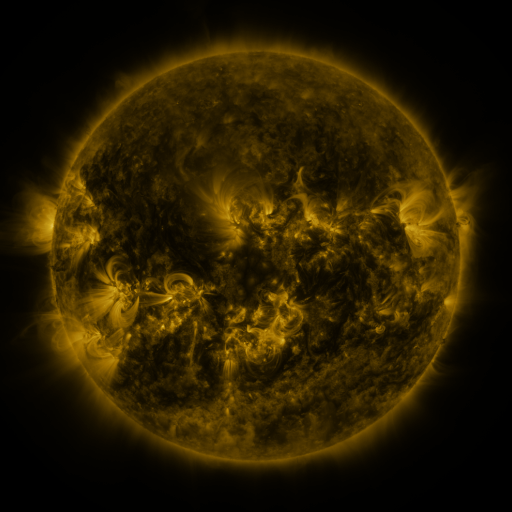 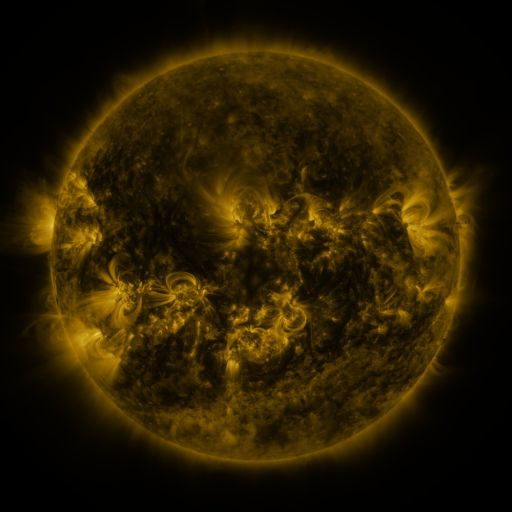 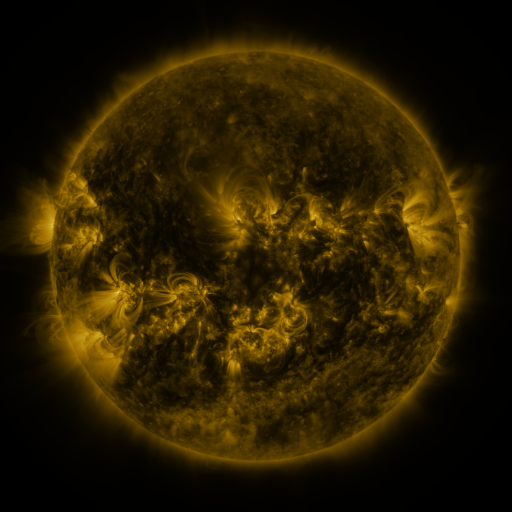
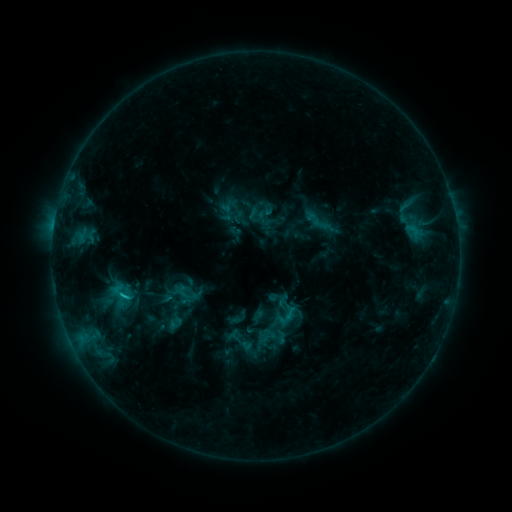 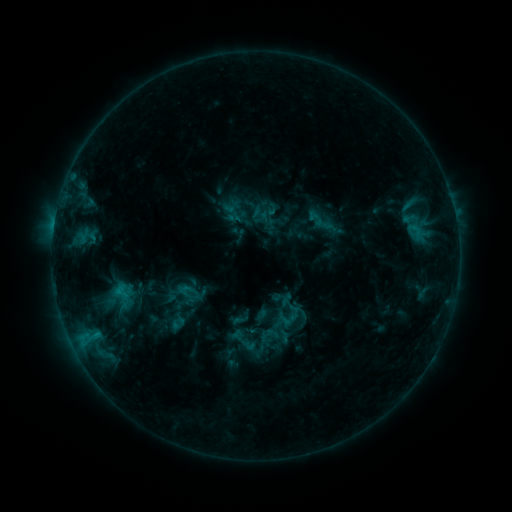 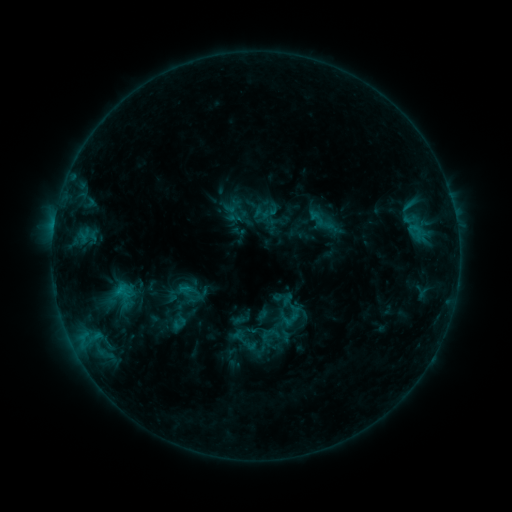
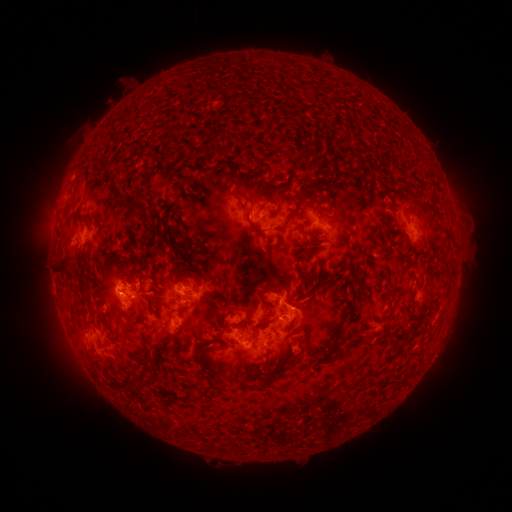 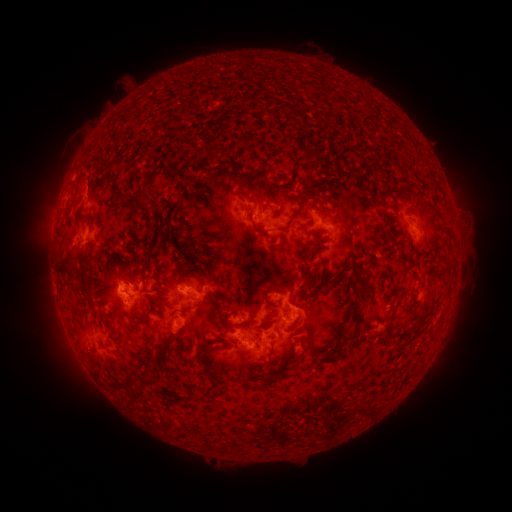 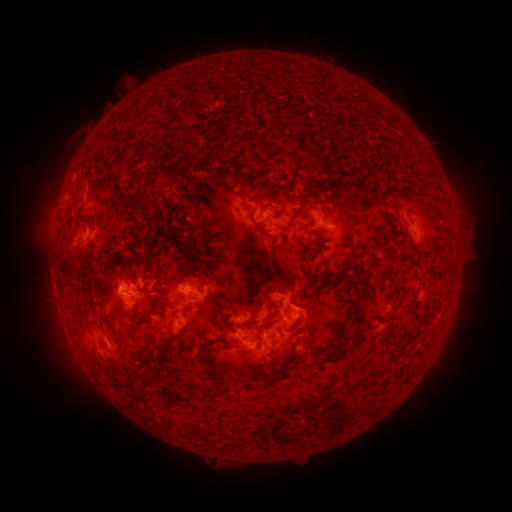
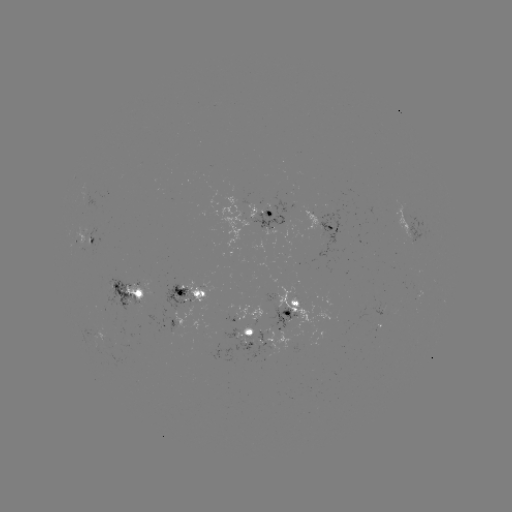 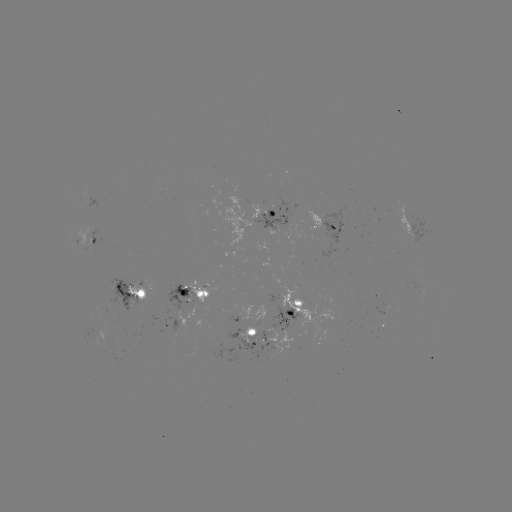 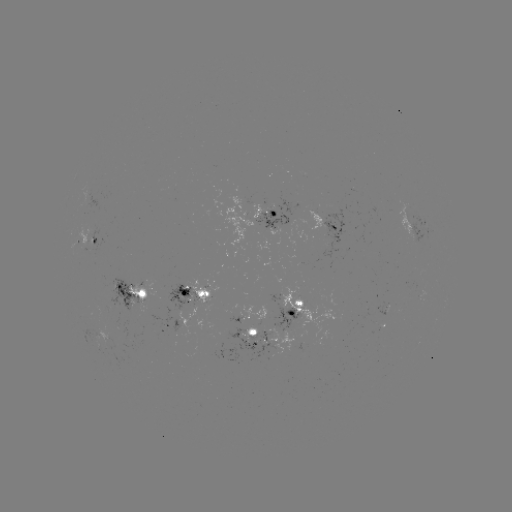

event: emerging-flux region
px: (272, 209)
